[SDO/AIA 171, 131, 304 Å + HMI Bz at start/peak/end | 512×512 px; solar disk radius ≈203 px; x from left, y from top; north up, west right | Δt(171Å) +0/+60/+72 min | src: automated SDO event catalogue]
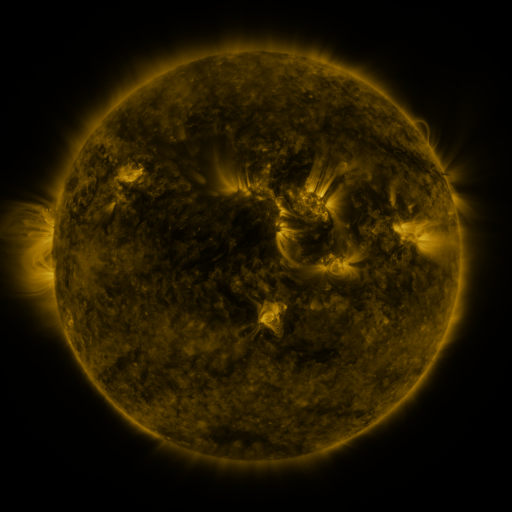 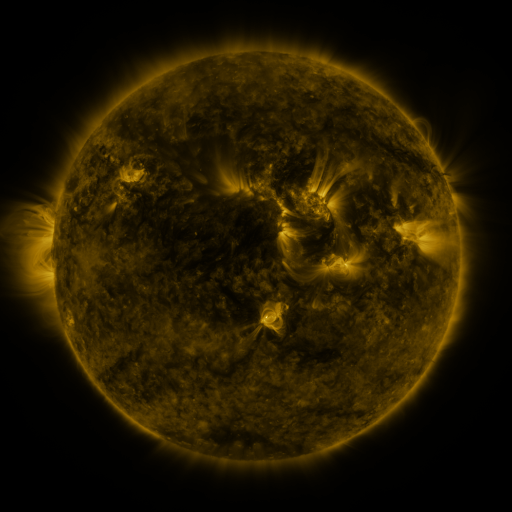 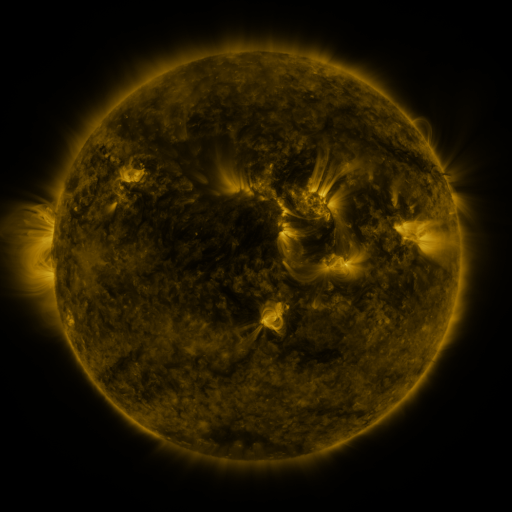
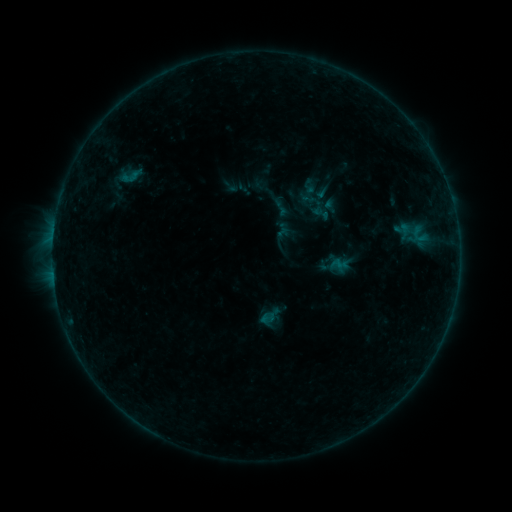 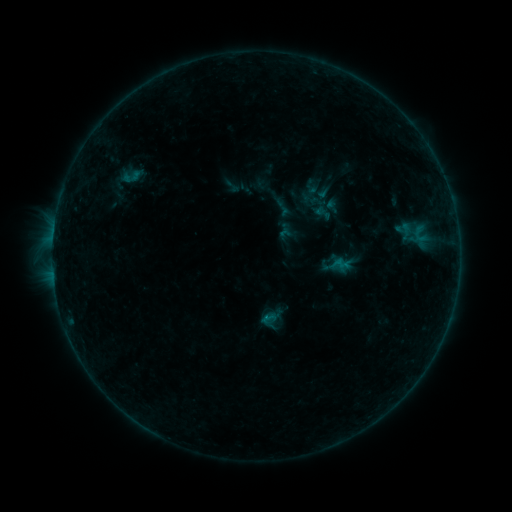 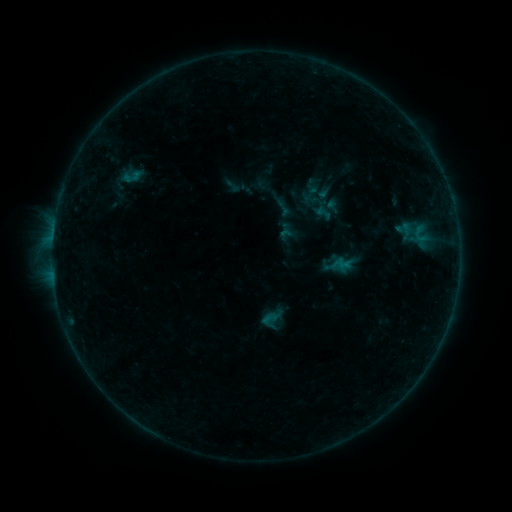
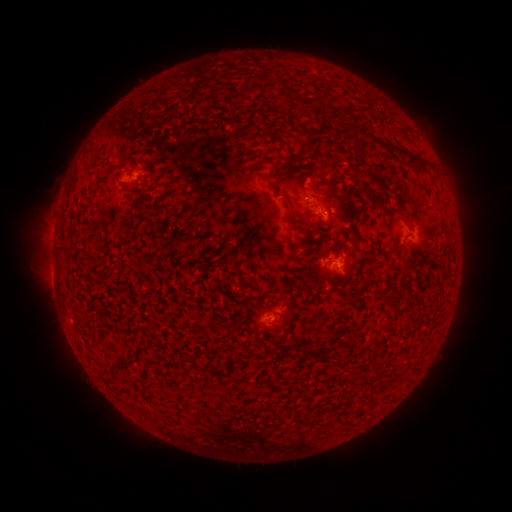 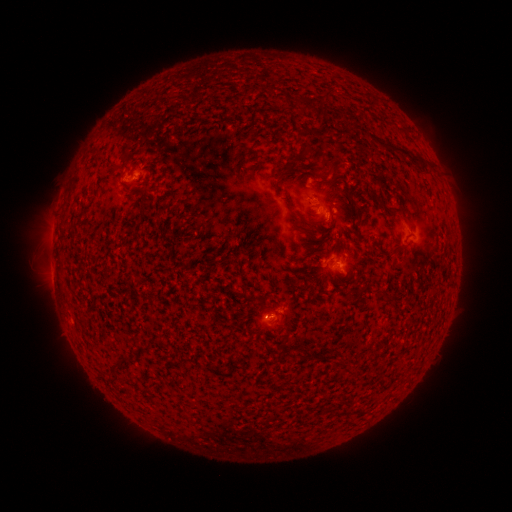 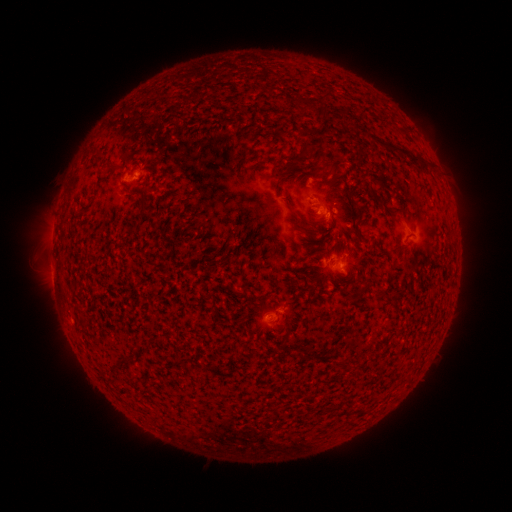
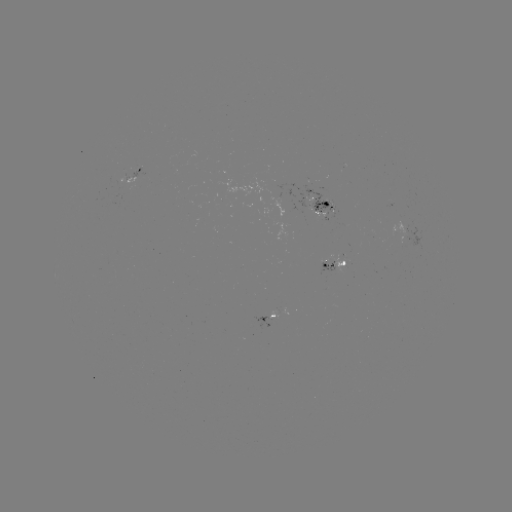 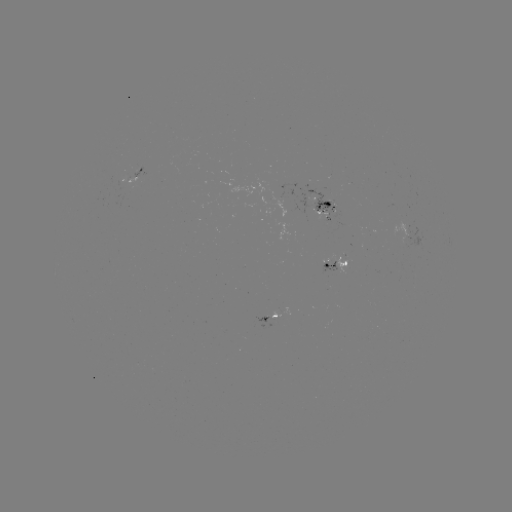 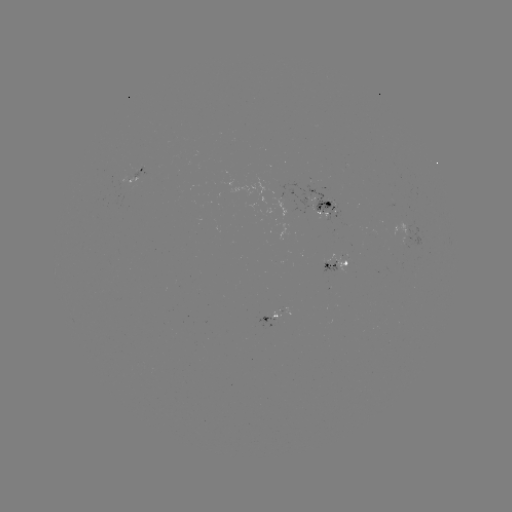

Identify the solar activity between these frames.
emerging-flux region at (326, 264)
